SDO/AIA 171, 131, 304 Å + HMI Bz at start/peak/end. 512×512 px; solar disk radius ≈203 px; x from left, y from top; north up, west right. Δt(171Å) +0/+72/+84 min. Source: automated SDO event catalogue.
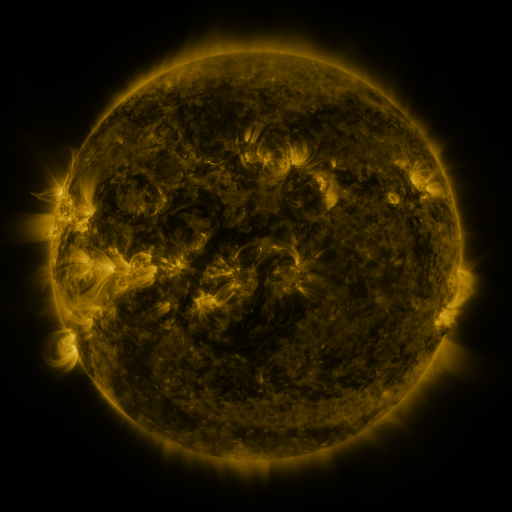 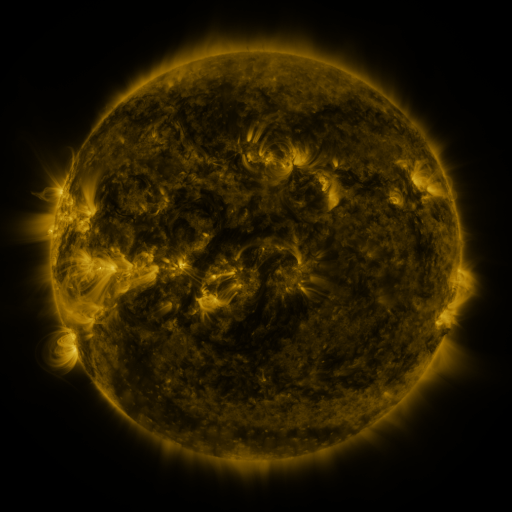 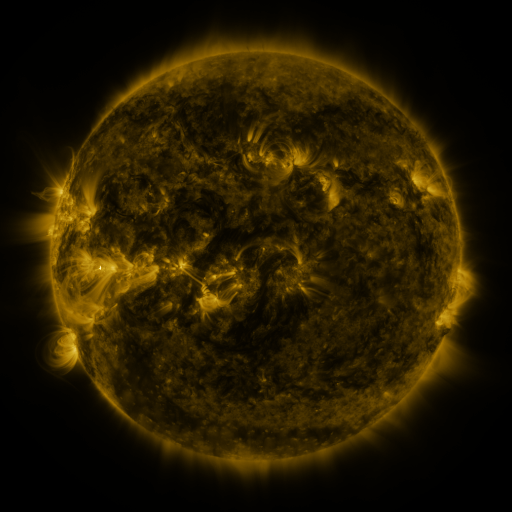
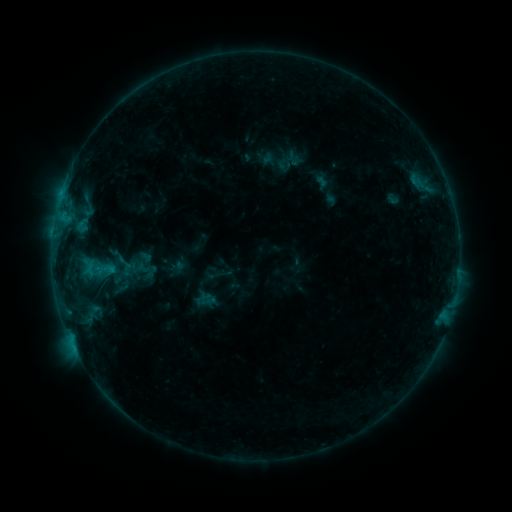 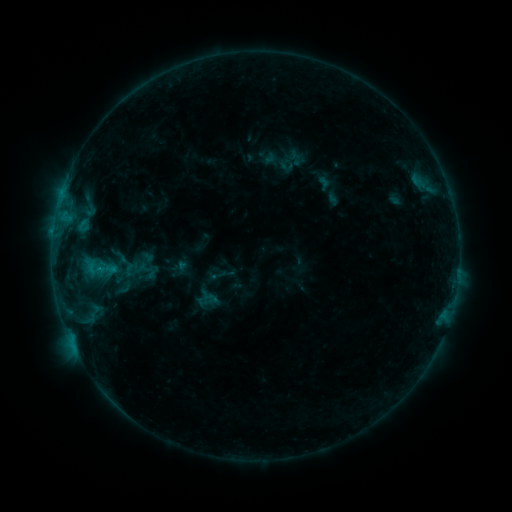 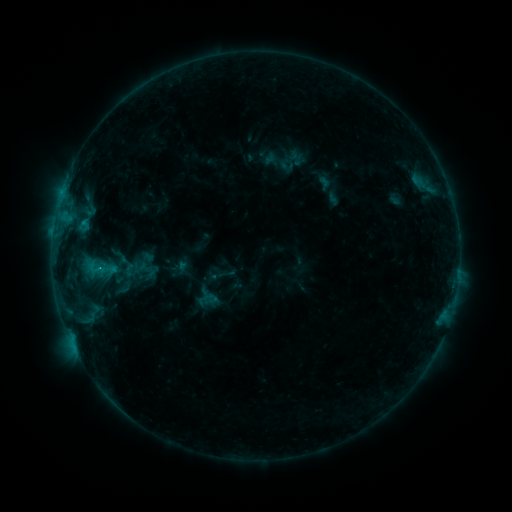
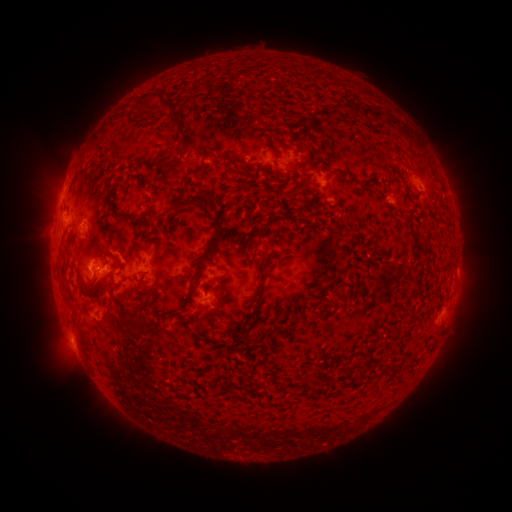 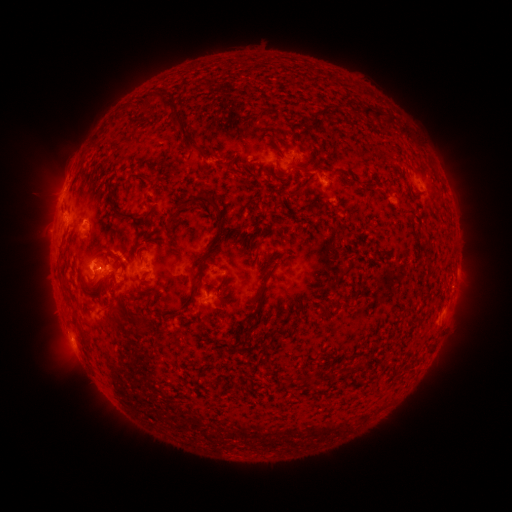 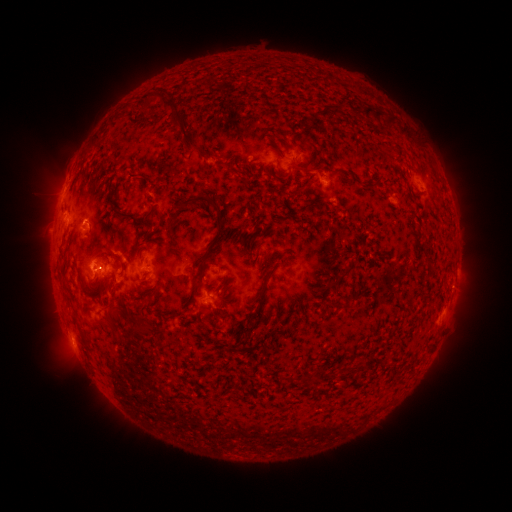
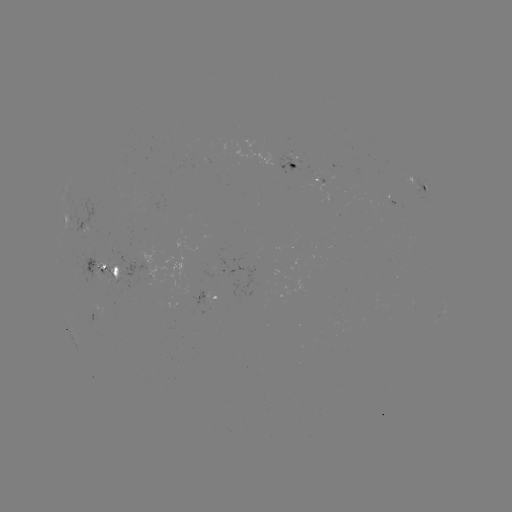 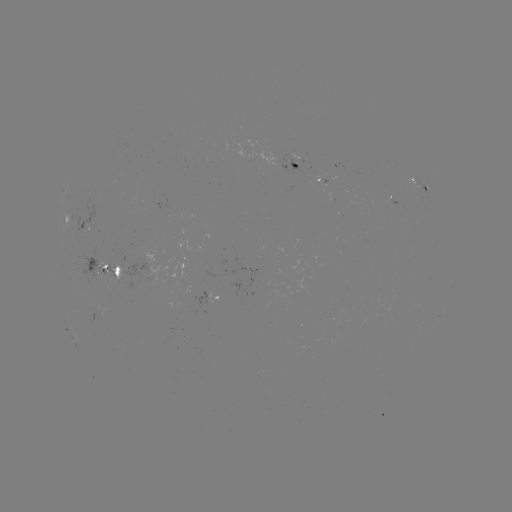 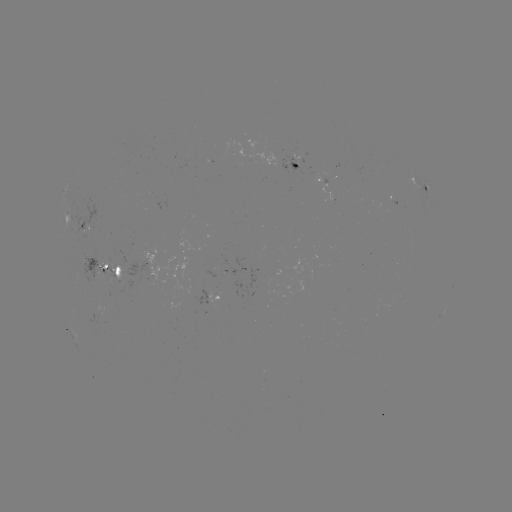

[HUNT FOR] emerging-flux region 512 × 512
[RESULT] [89, 221]